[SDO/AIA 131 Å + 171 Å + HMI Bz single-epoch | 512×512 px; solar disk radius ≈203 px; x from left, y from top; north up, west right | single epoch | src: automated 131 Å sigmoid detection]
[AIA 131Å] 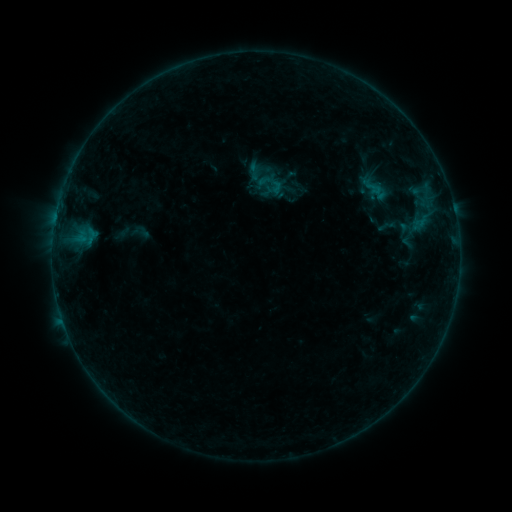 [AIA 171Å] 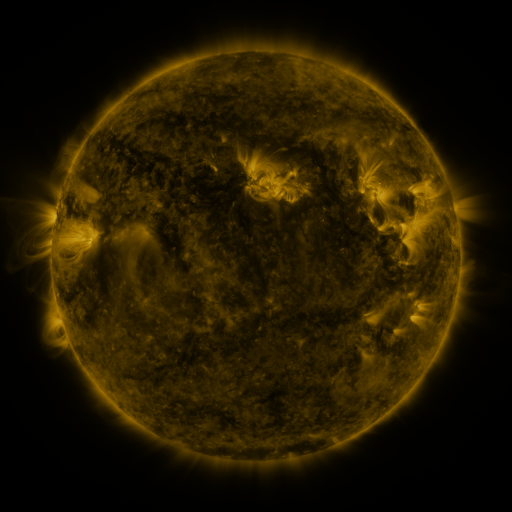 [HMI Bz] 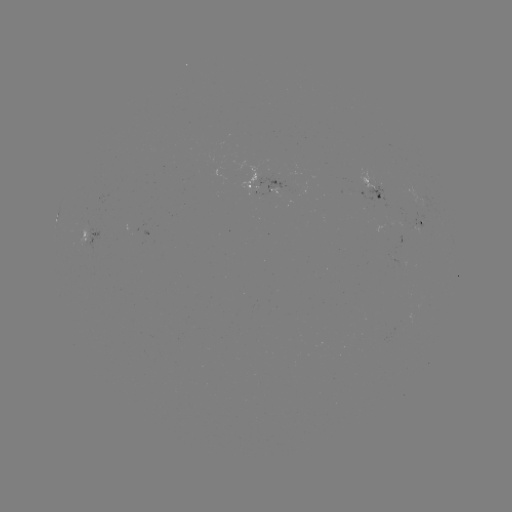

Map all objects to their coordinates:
sigmoid: (255, 172)
sigmoid: (266, 180)
